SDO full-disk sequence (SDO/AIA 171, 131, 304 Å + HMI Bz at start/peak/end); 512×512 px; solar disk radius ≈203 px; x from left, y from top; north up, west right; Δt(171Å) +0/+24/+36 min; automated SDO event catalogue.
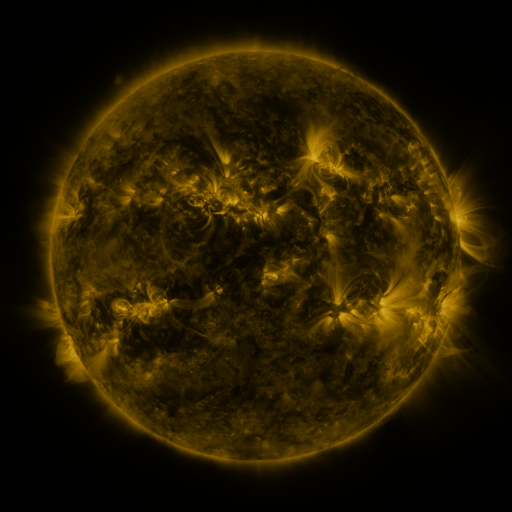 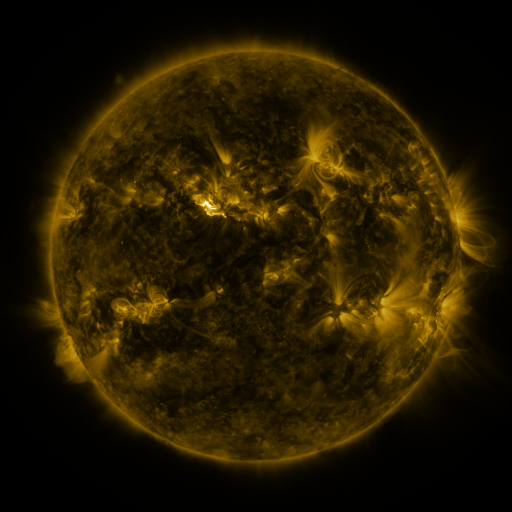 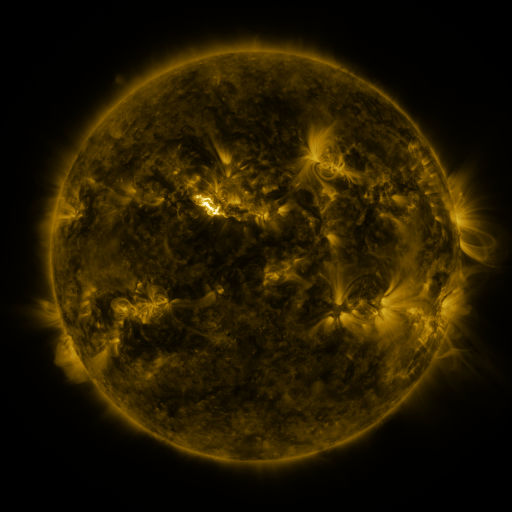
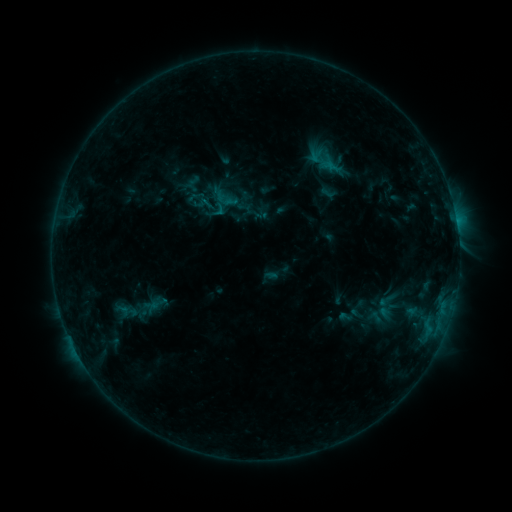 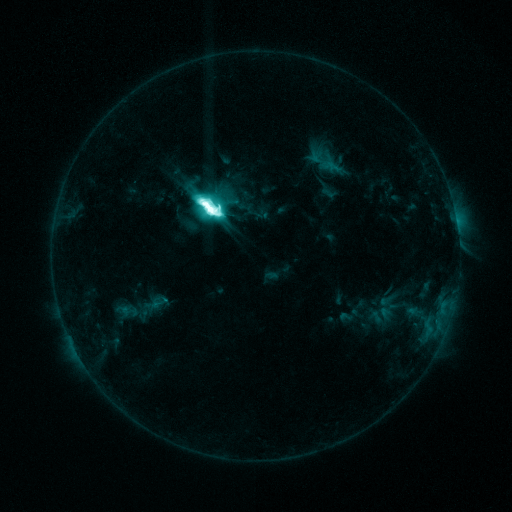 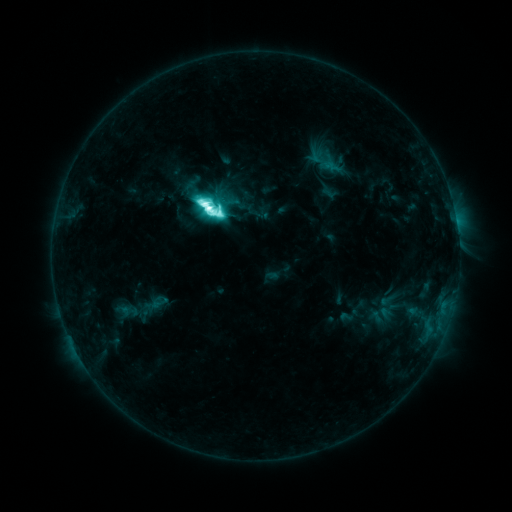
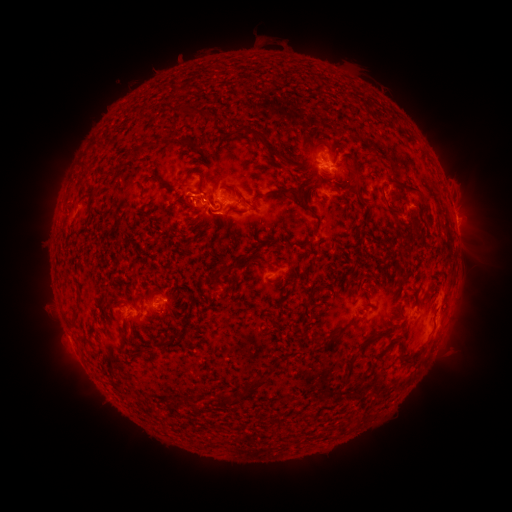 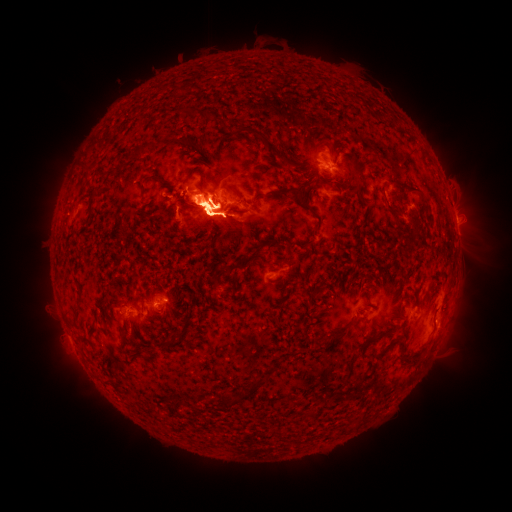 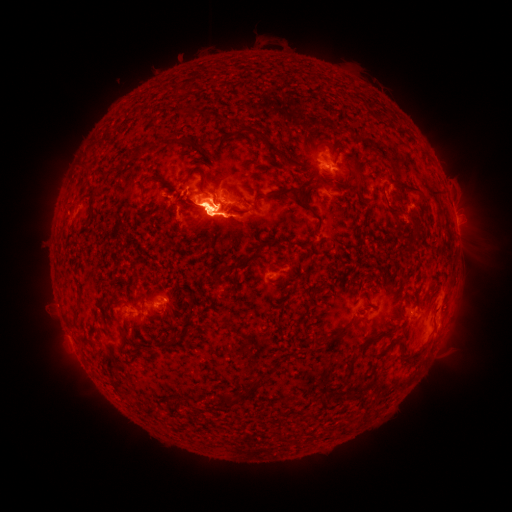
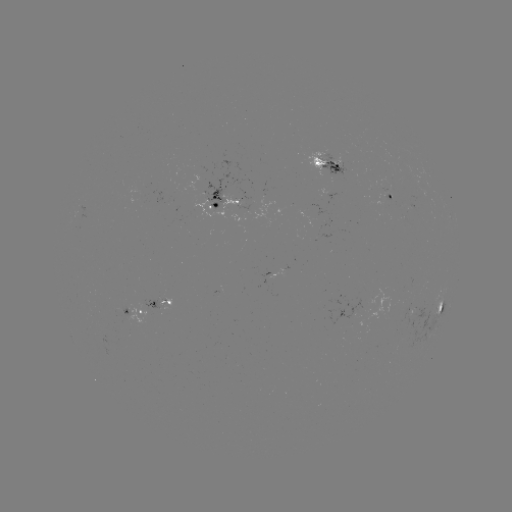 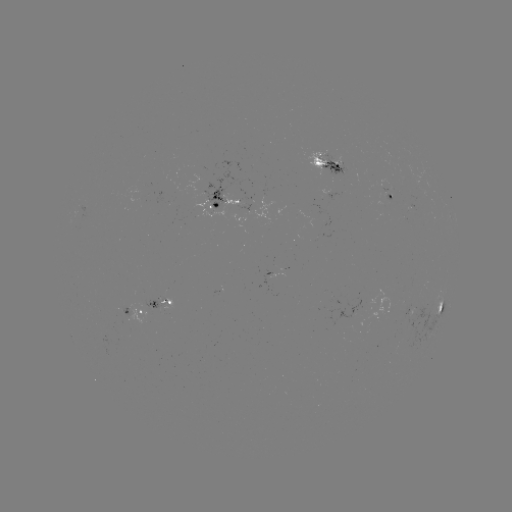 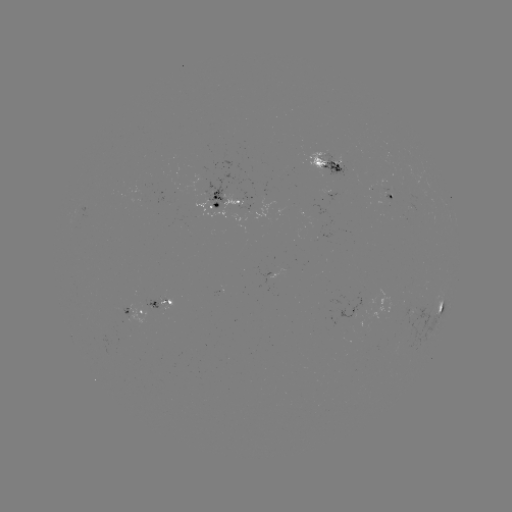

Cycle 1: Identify M6.5 flare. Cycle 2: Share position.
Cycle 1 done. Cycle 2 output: [210, 211].